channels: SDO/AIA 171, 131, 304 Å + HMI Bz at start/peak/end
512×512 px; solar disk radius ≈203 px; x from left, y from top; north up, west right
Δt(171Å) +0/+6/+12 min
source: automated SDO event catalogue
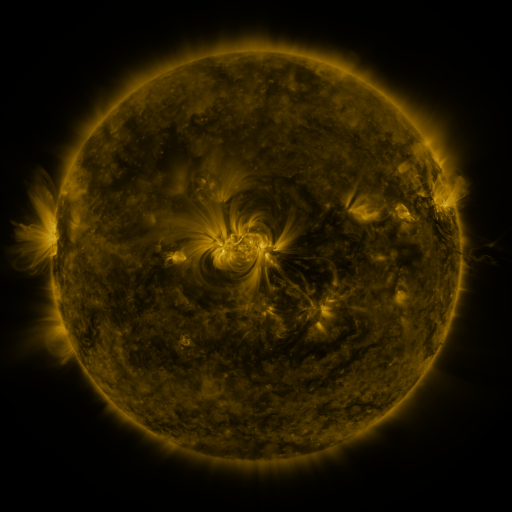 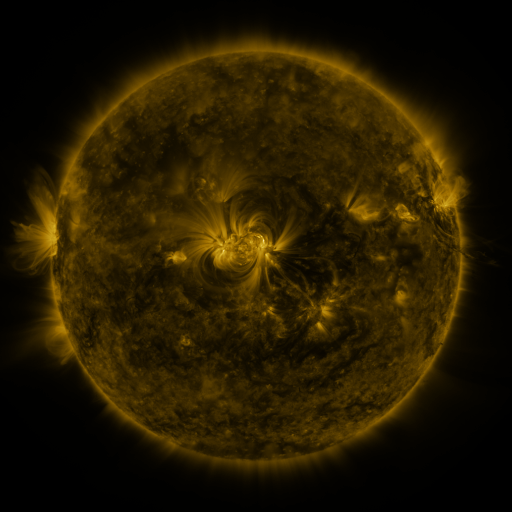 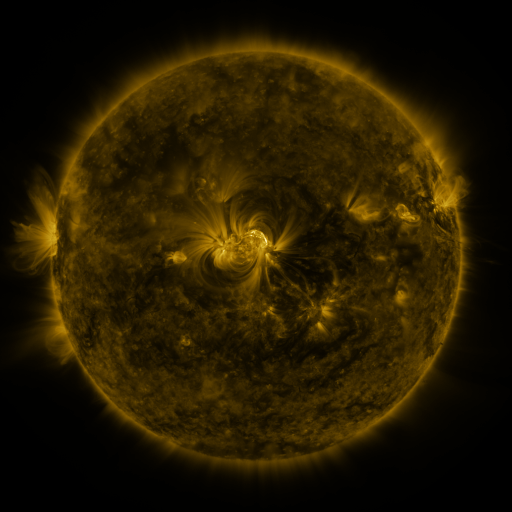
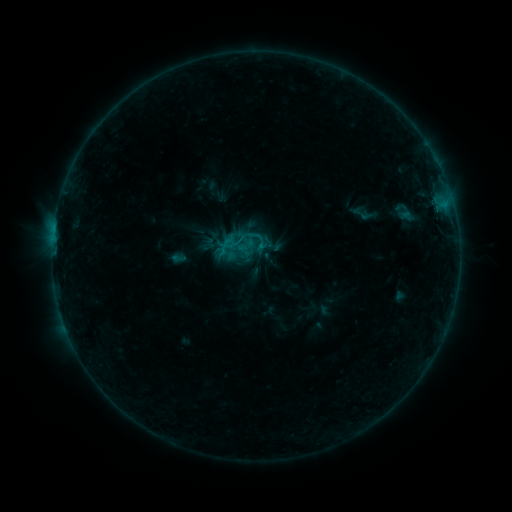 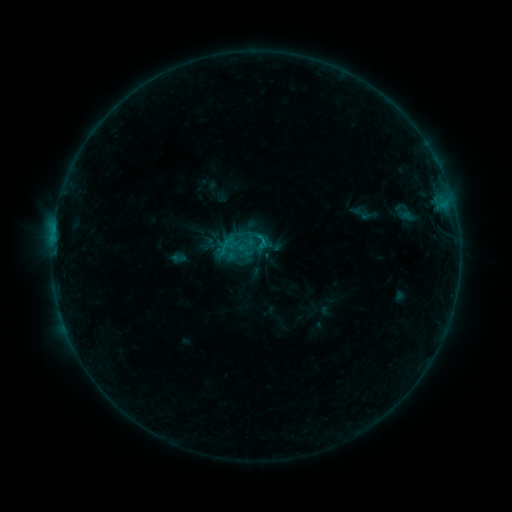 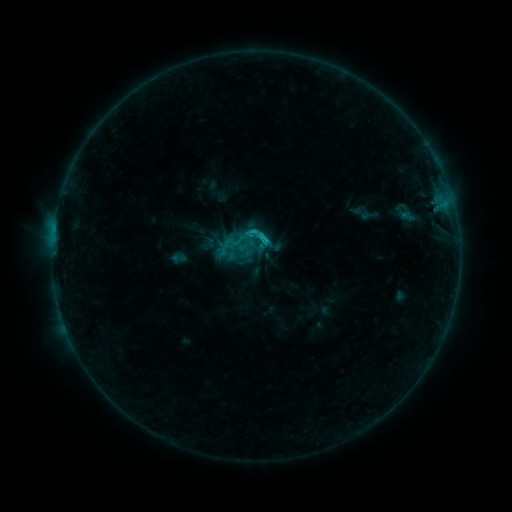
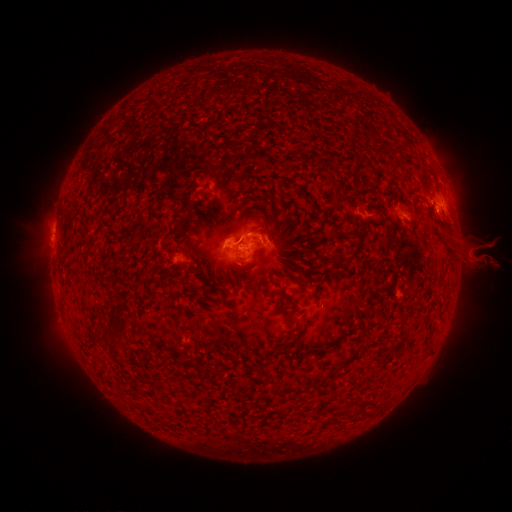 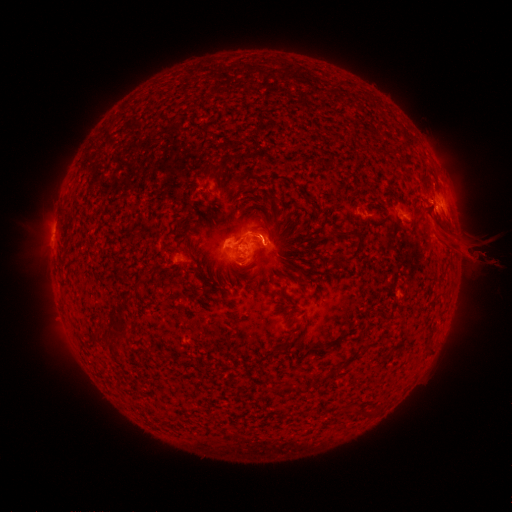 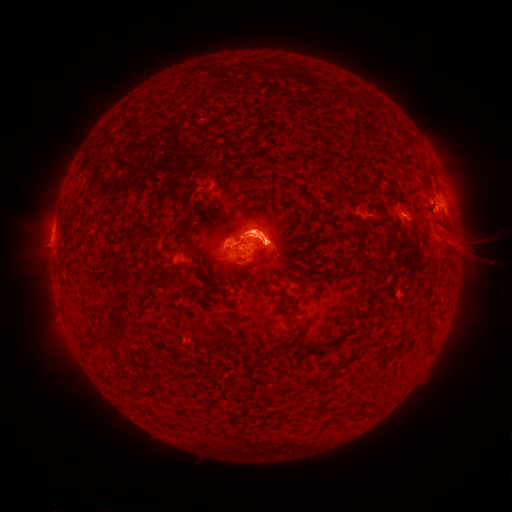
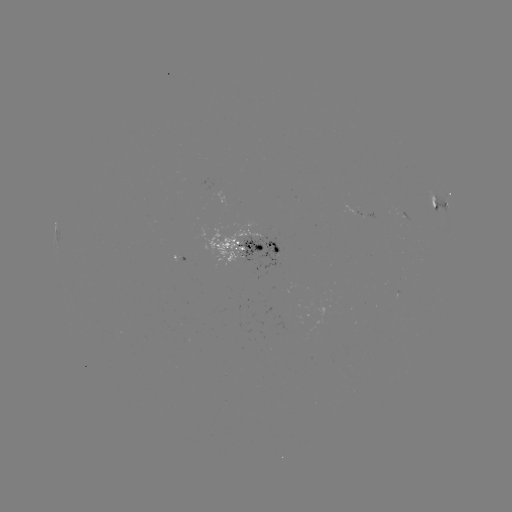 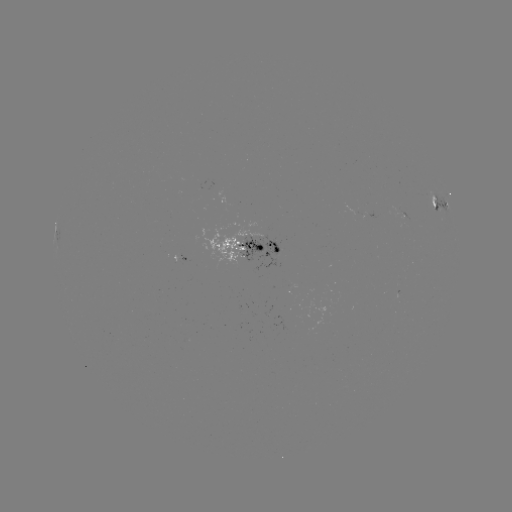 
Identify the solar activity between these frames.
eruption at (268, 234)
